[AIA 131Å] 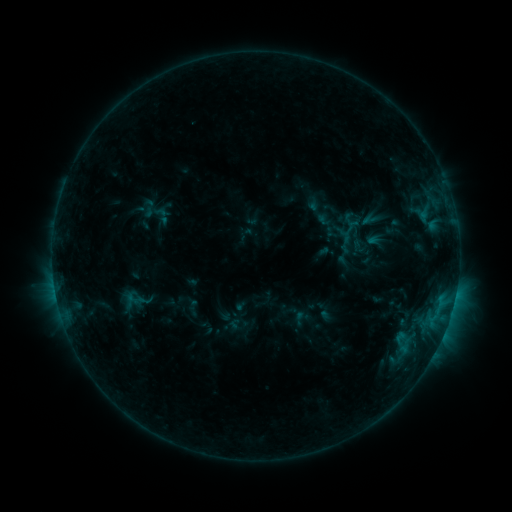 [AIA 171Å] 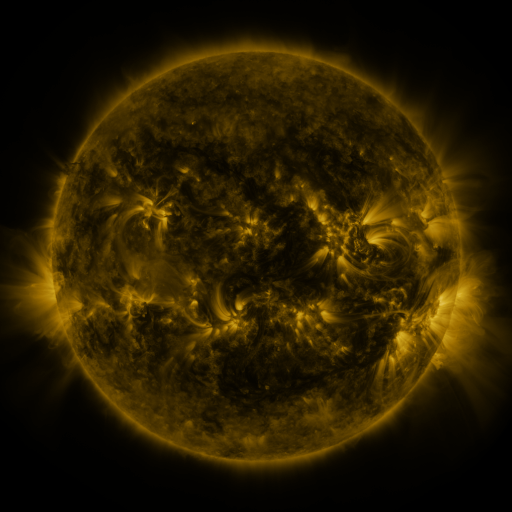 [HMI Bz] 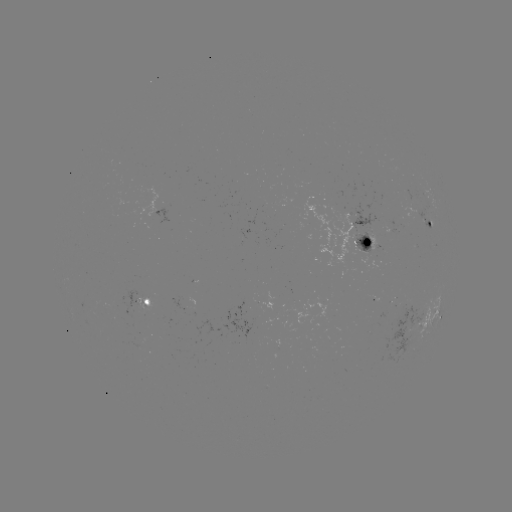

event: sigmoid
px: (161, 215)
